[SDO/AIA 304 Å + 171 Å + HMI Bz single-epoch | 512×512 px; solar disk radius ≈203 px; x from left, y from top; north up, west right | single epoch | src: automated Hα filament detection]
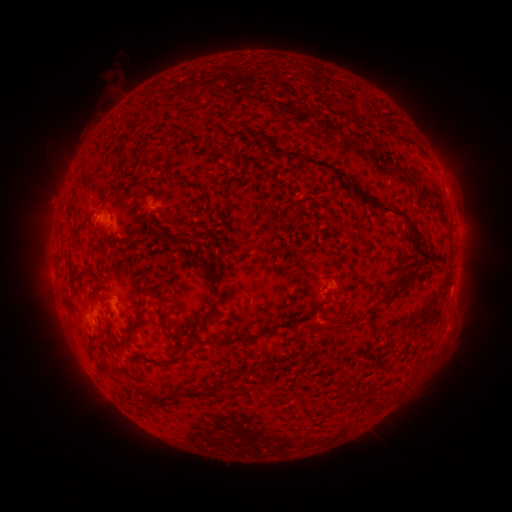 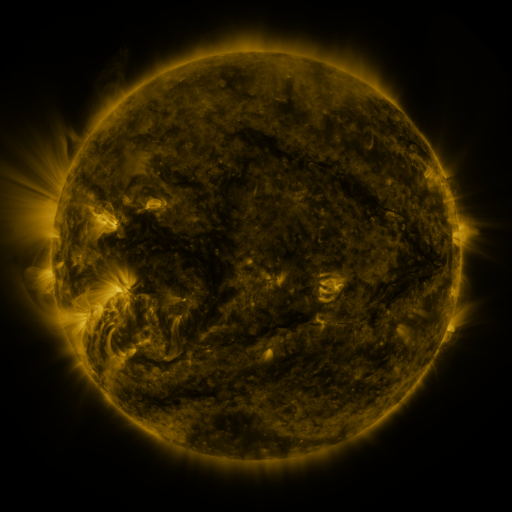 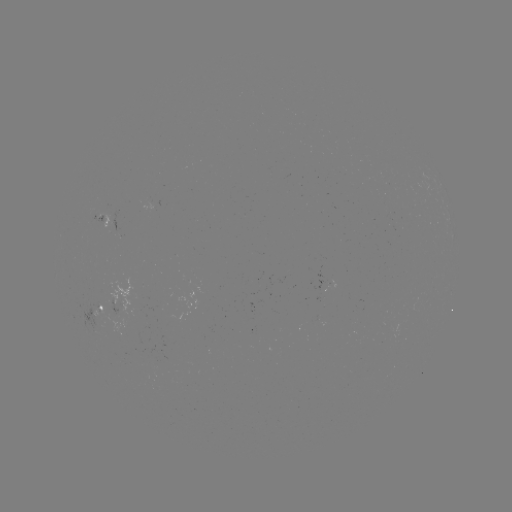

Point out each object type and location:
filament: [366, 112, 377, 121]
filament: [270, 145, 423, 246]
filament: [100, 207, 113, 217]
filament: [126, 230, 136, 242]
filament: [419, 251, 431, 258]
filament: [196, 261, 213, 276]
filament: [388, 270, 425, 289]
filament: [80, 273, 95, 281]
filament: [329, 289, 341, 298]
filament: [372, 297, 382, 304]
filament: [206, 298, 216, 309]
filament: [128, 313, 142, 334]
filament: [323, 313, 365, 326]
filament: [193, 318, 200, 329]
filament: [285, 319, 301, 329]
filament: [307, 322, 319, 332]
filament: [262, 325, 277, 337]
filament: [215, 333, 248, 347]
filament: [140, 357, 162, 368]
filament: [354, 364, 362, 377]
filament: [335, 381, 345, 391]
filament: [362, 385, 374, 397]
